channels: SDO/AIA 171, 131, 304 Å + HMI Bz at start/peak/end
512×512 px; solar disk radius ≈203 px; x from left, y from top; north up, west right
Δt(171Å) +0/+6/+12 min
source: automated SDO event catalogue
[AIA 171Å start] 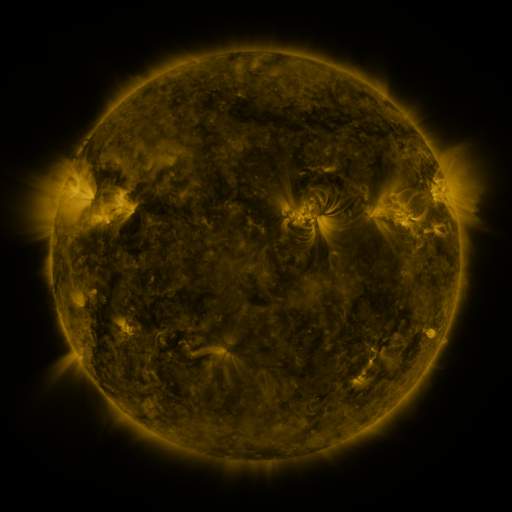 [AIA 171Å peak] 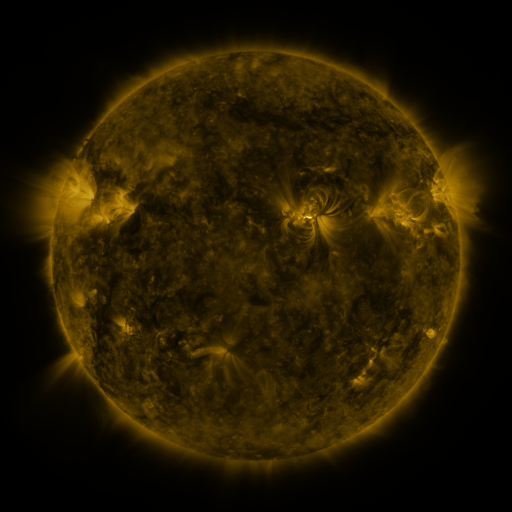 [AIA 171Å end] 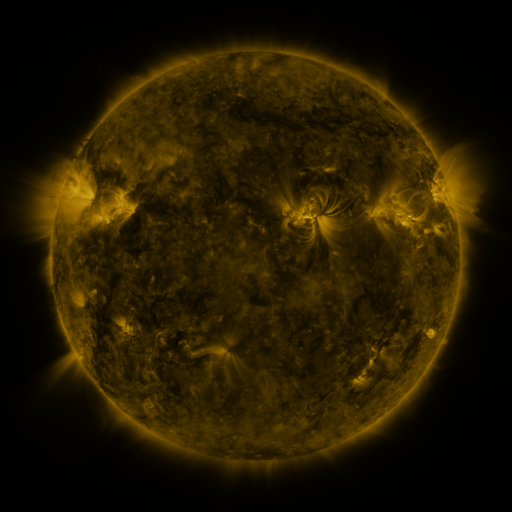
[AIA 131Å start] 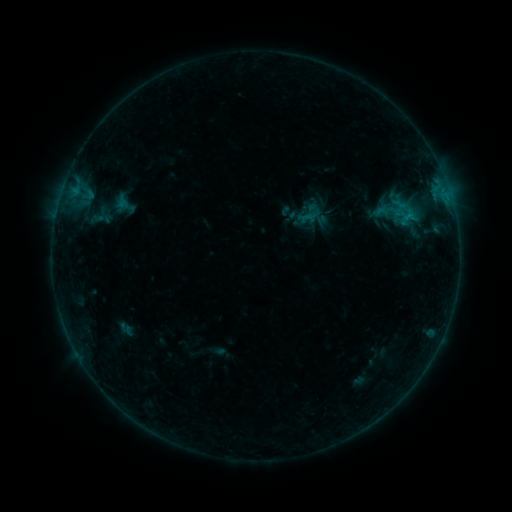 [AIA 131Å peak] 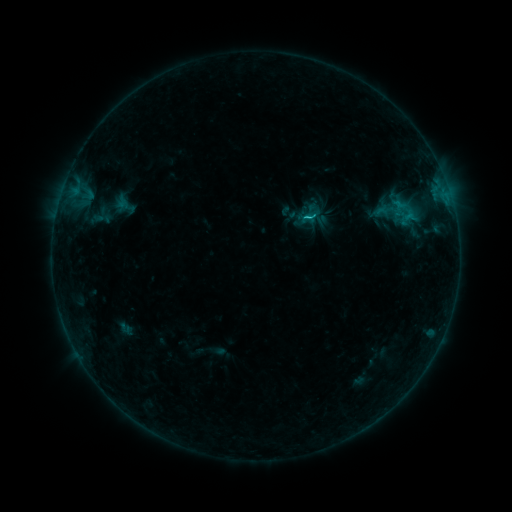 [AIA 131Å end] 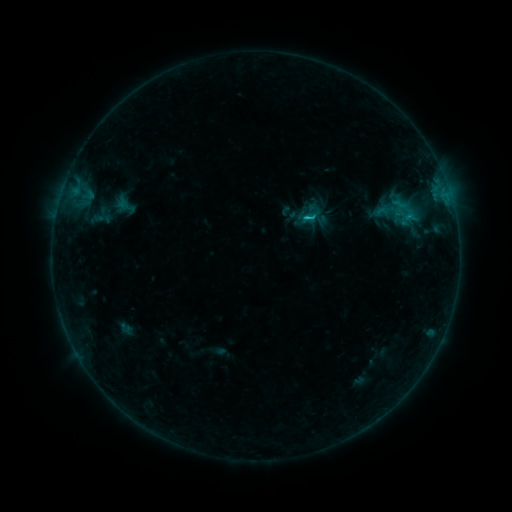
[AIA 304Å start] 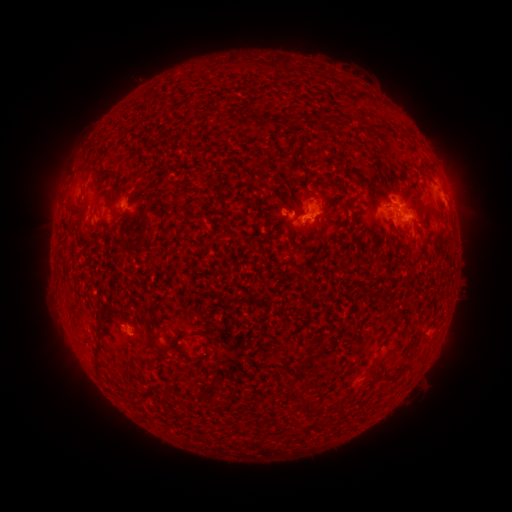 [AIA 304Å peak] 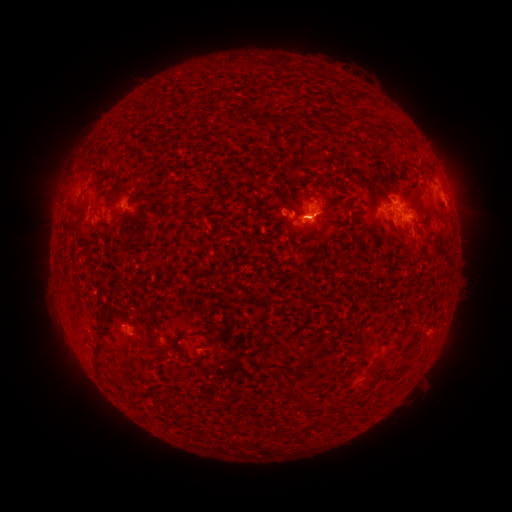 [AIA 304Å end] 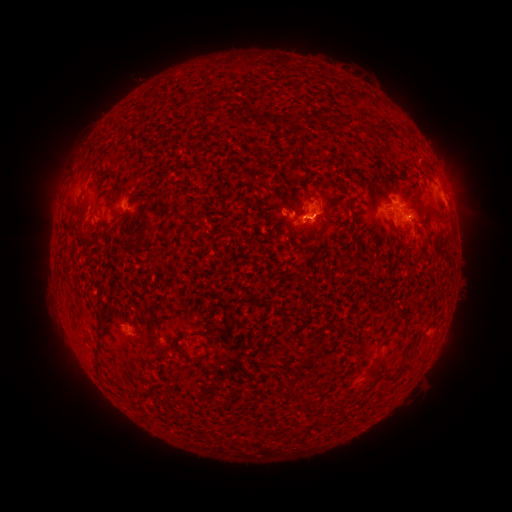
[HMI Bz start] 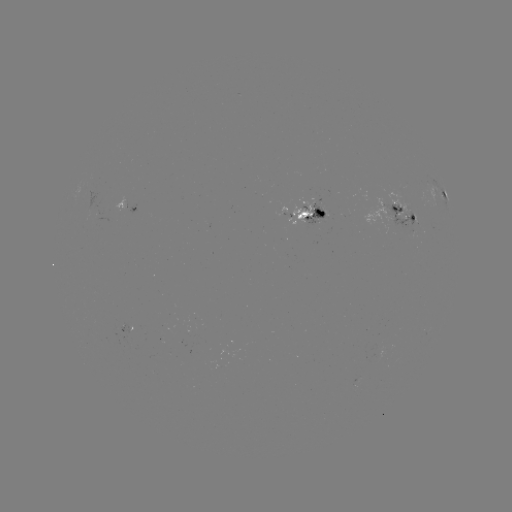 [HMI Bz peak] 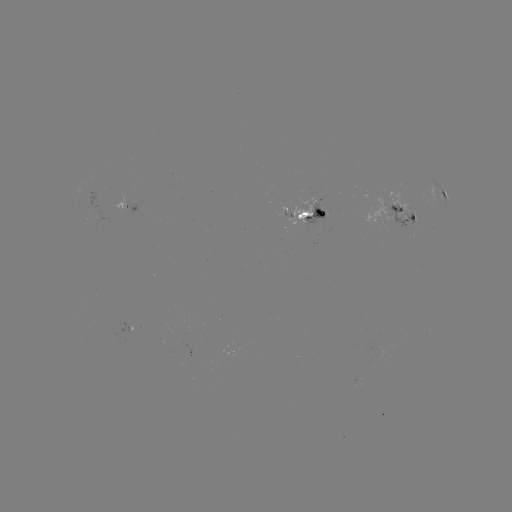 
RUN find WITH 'C1.2 flare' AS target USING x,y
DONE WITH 306,219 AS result